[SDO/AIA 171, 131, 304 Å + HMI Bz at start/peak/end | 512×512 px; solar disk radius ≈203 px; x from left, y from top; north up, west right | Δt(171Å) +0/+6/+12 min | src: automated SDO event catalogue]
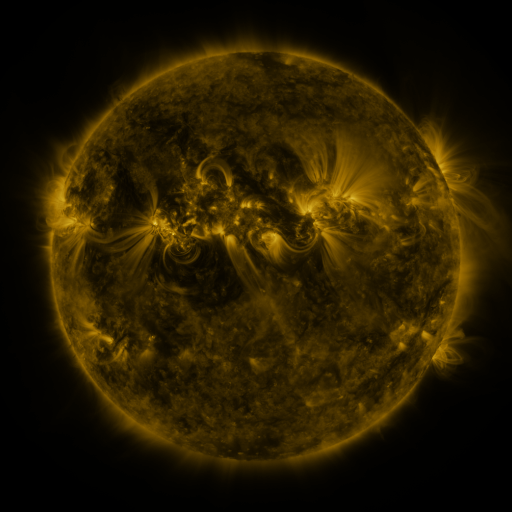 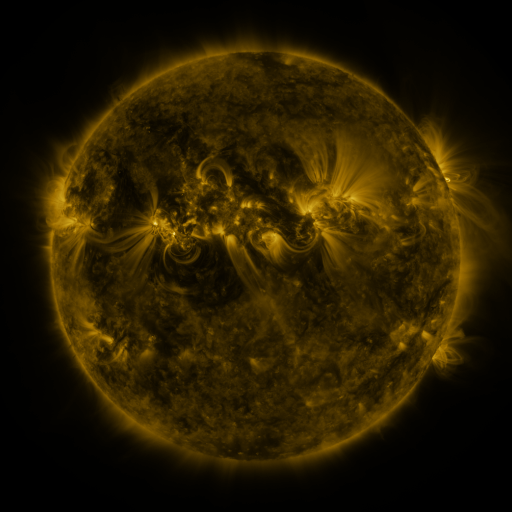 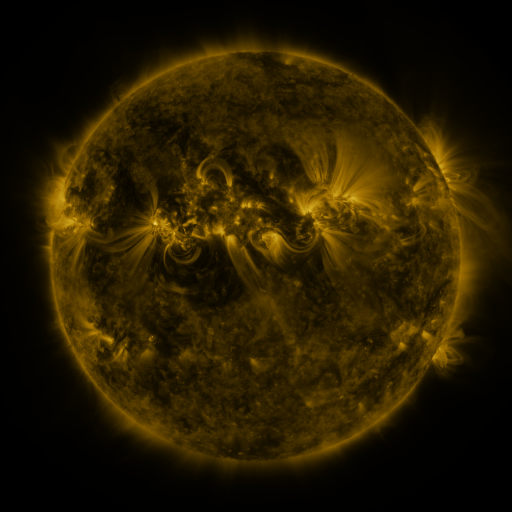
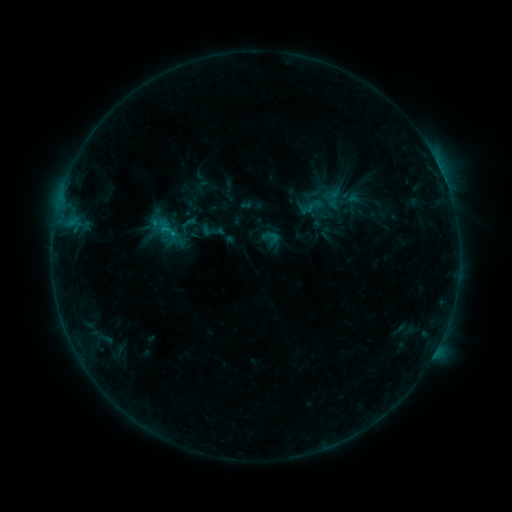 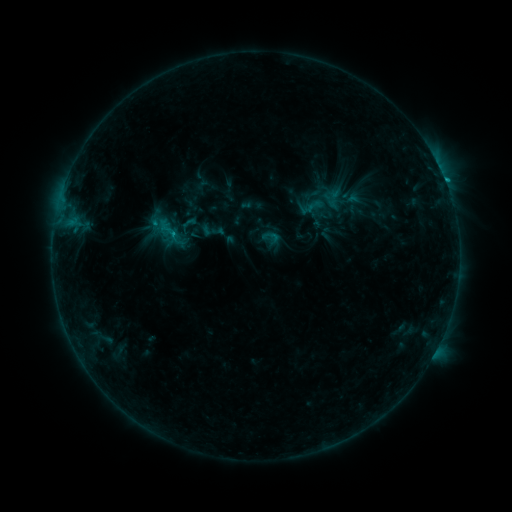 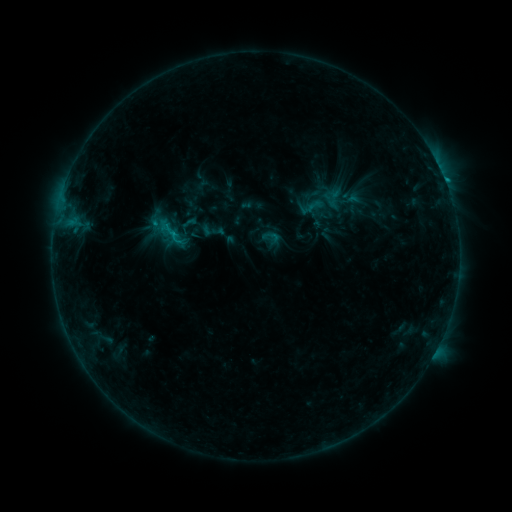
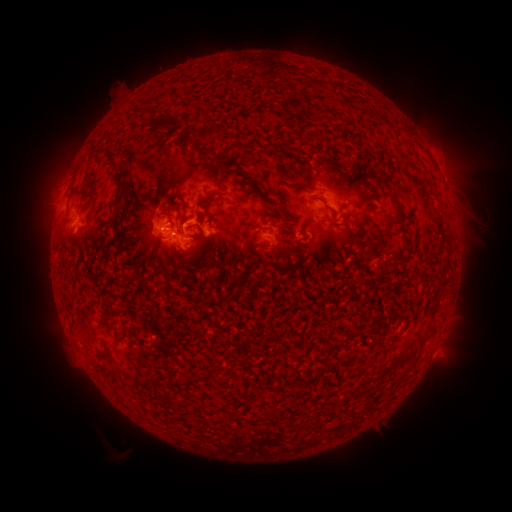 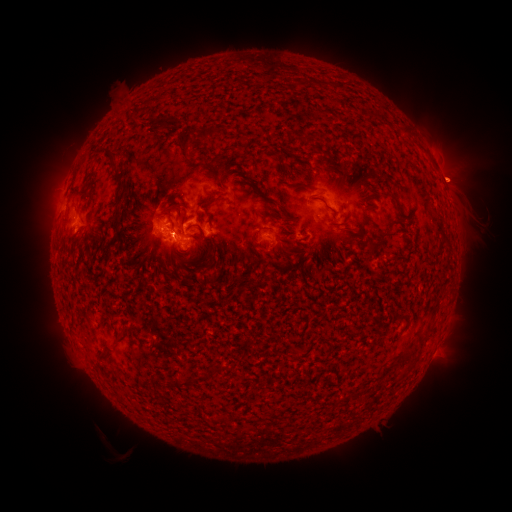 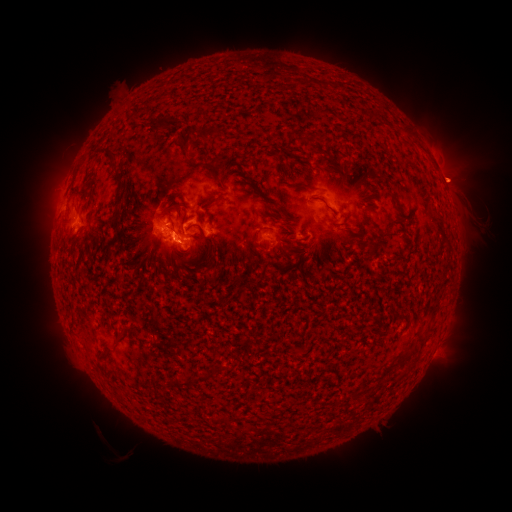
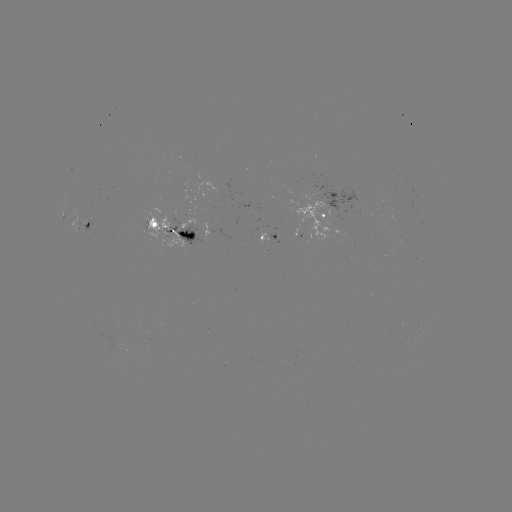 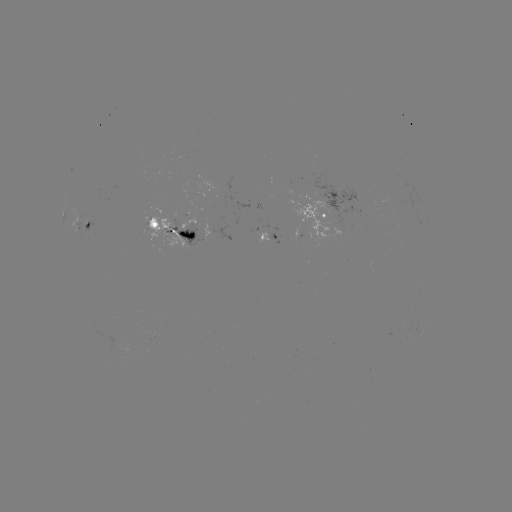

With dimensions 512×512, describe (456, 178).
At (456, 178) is eruption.